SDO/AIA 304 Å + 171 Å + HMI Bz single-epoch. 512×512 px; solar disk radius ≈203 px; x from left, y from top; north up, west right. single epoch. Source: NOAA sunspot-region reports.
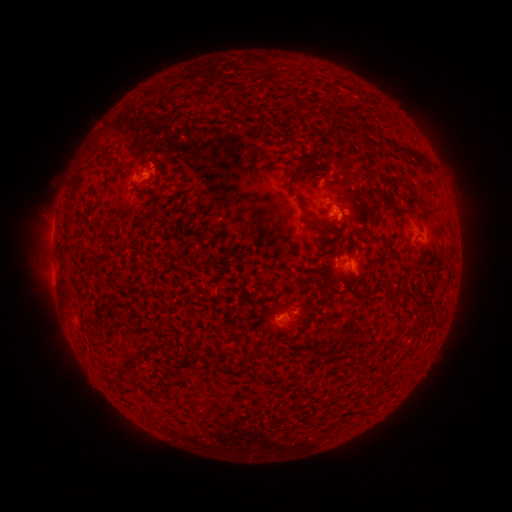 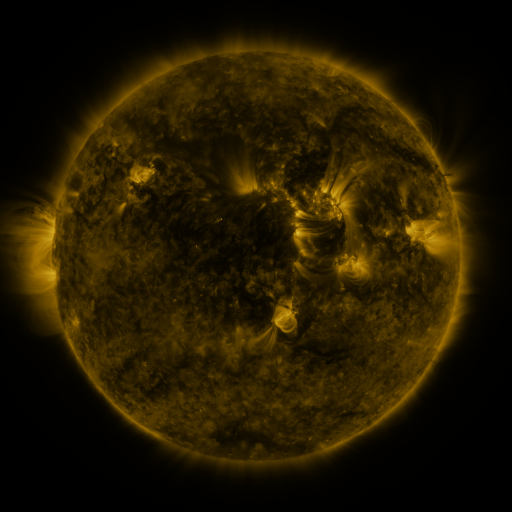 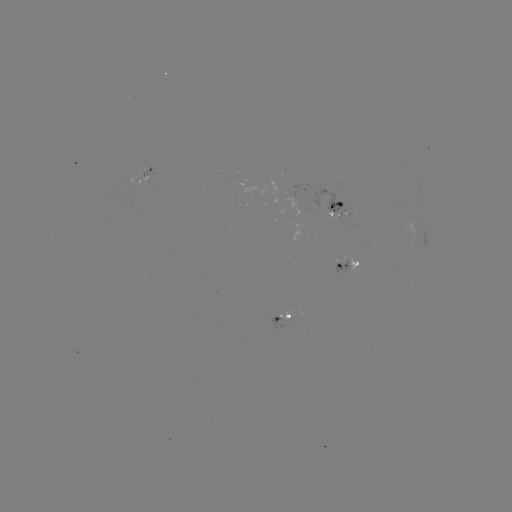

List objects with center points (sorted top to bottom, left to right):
spotted active region: (152, 174)
spotted active region: (334, 207)
spotted active region: (348, 264)
spotted active region: (285, 319)
